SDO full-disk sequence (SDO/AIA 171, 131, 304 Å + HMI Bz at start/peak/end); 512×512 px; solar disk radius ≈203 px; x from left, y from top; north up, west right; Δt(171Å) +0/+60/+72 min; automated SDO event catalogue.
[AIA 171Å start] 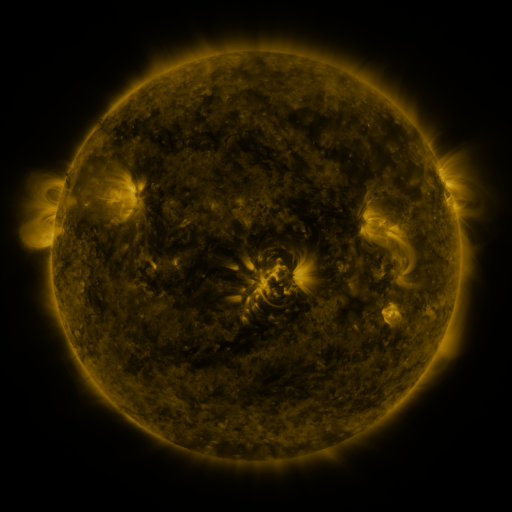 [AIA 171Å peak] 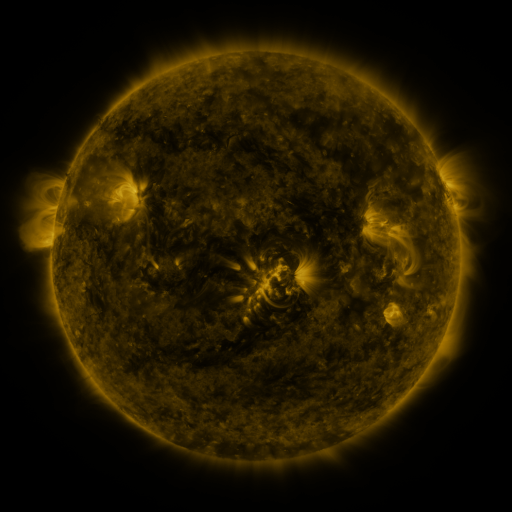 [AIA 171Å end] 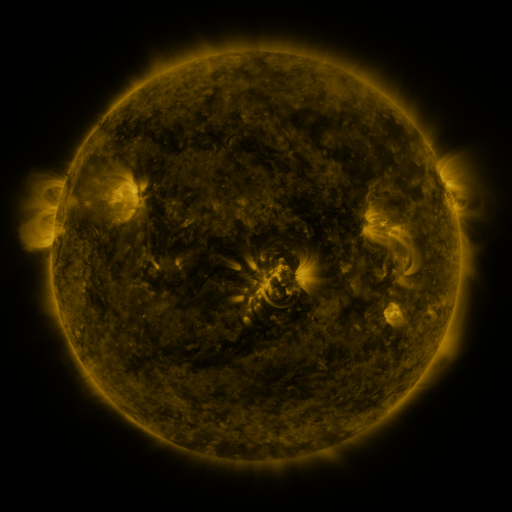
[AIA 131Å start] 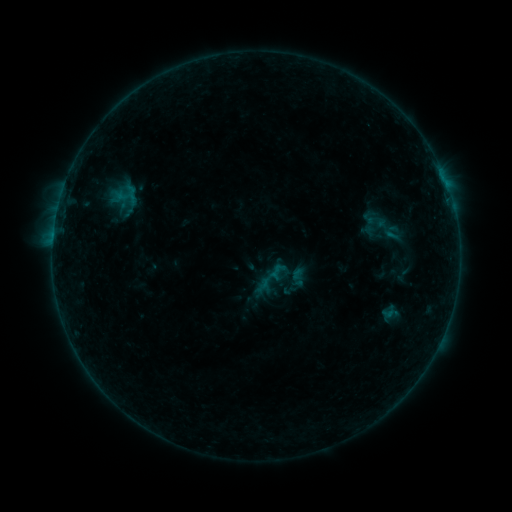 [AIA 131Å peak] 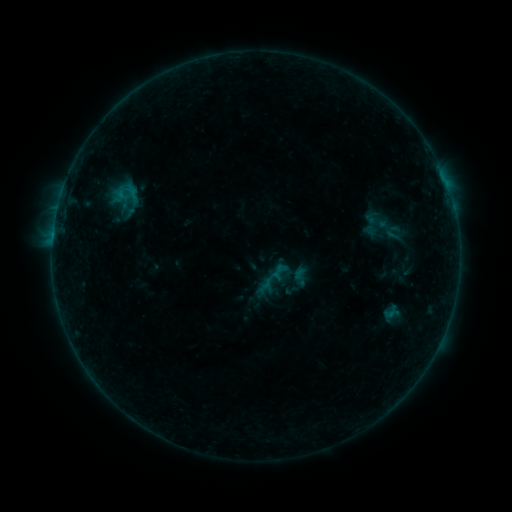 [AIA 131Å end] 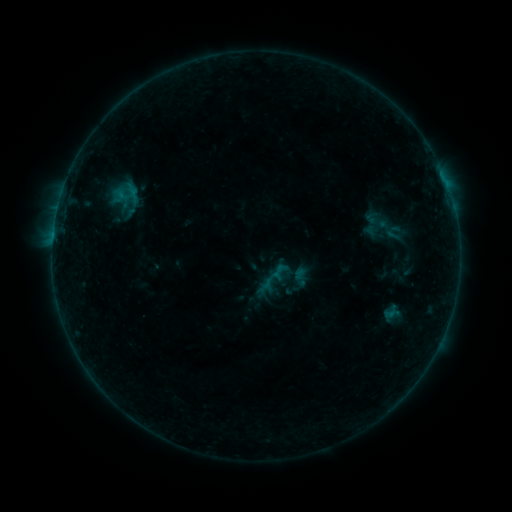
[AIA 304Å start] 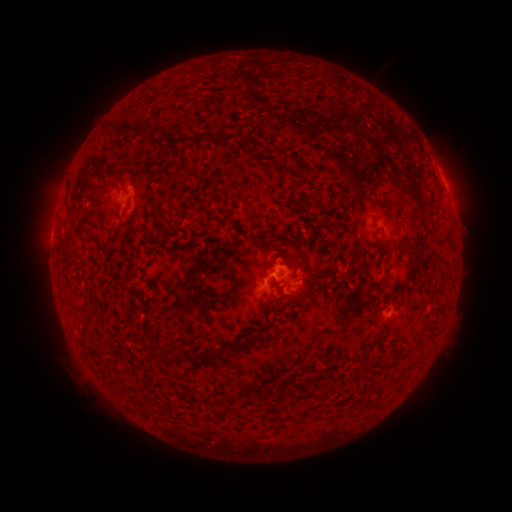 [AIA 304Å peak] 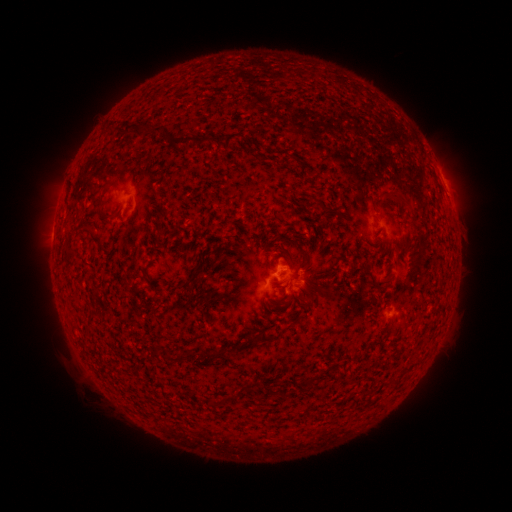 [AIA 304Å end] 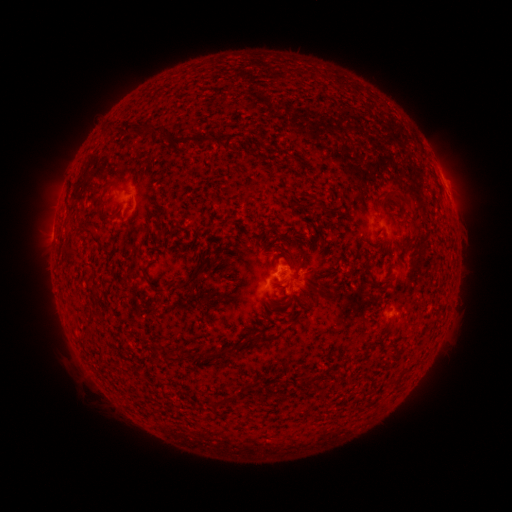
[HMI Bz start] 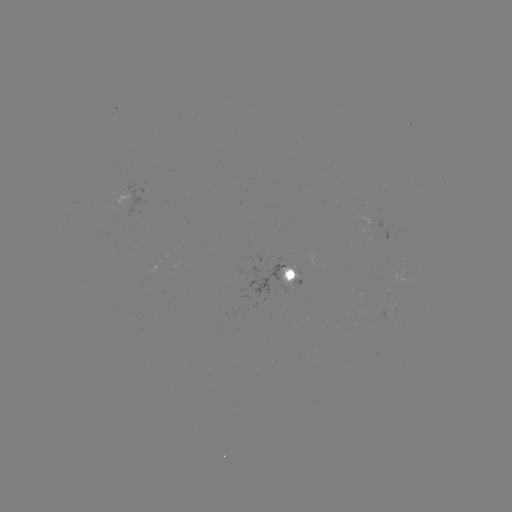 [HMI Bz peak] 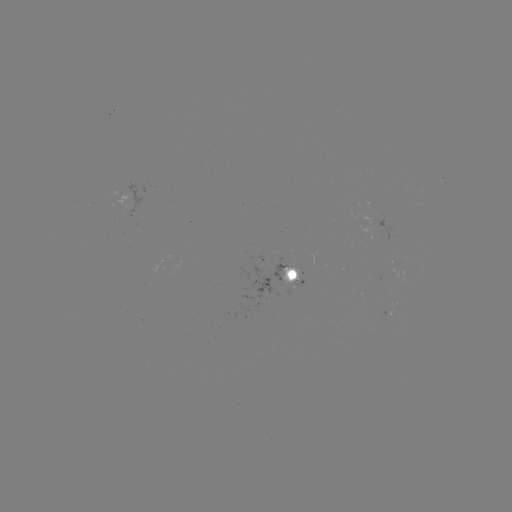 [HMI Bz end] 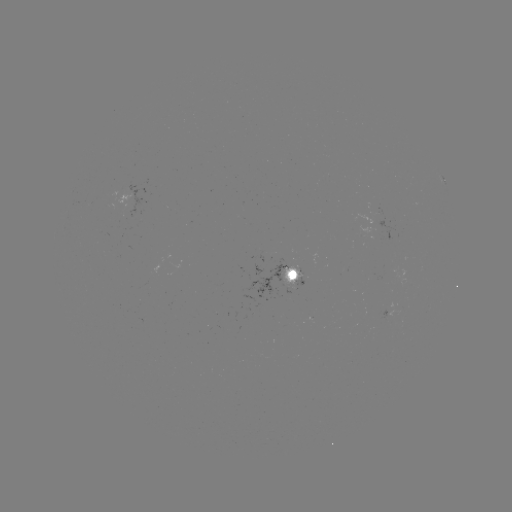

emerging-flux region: <bbox>387, 303, 399, 317</bbox>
